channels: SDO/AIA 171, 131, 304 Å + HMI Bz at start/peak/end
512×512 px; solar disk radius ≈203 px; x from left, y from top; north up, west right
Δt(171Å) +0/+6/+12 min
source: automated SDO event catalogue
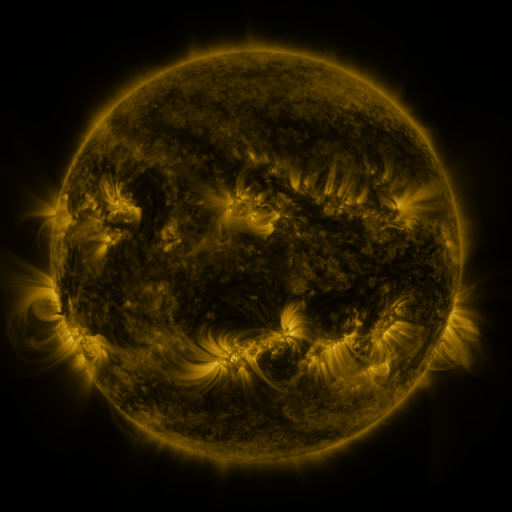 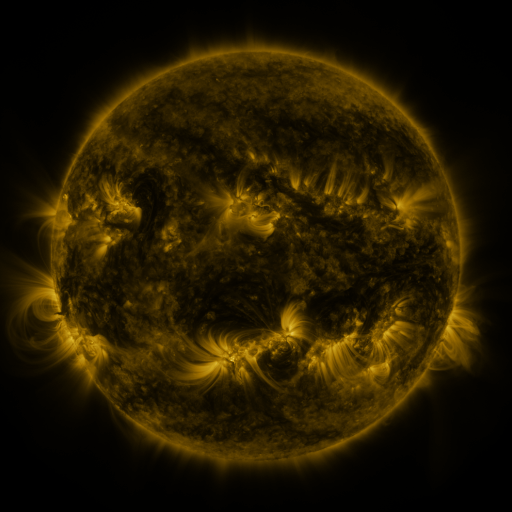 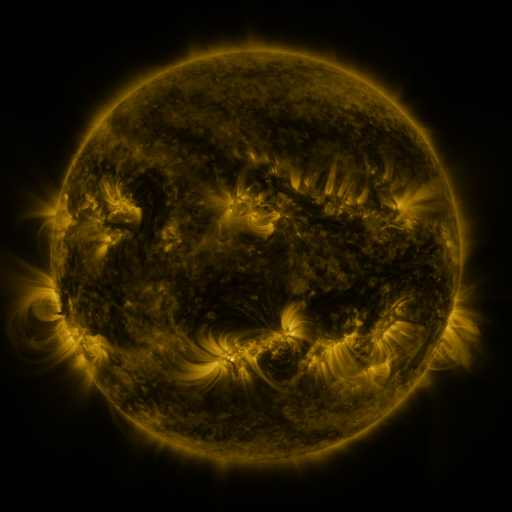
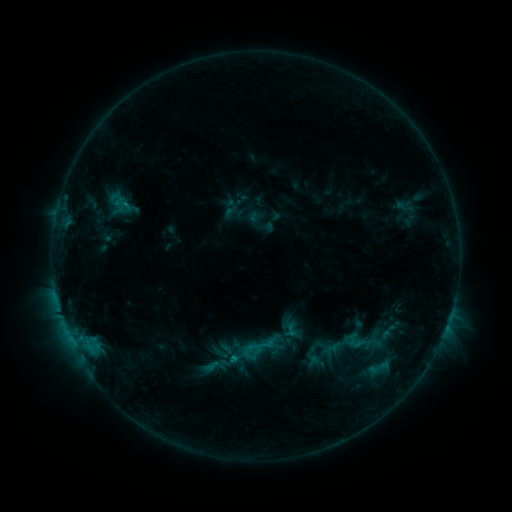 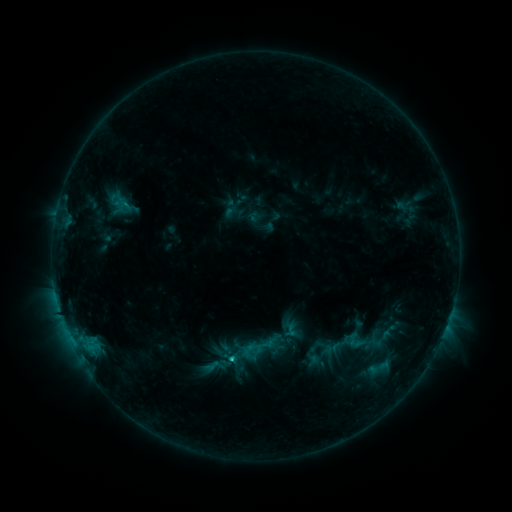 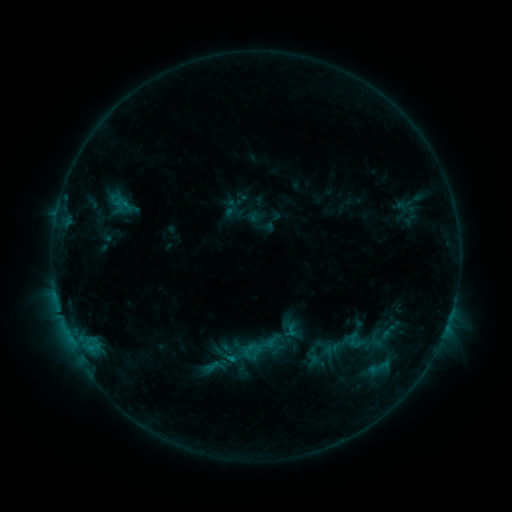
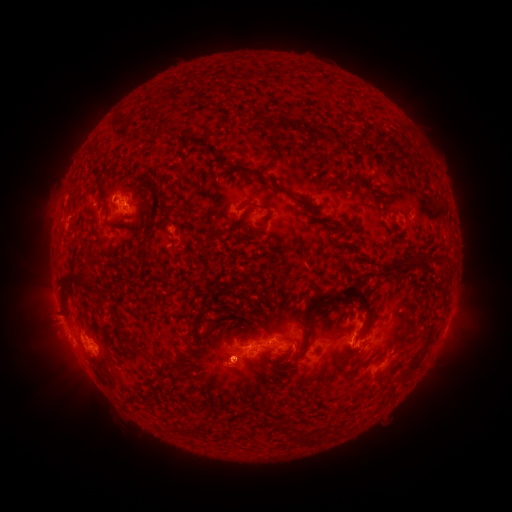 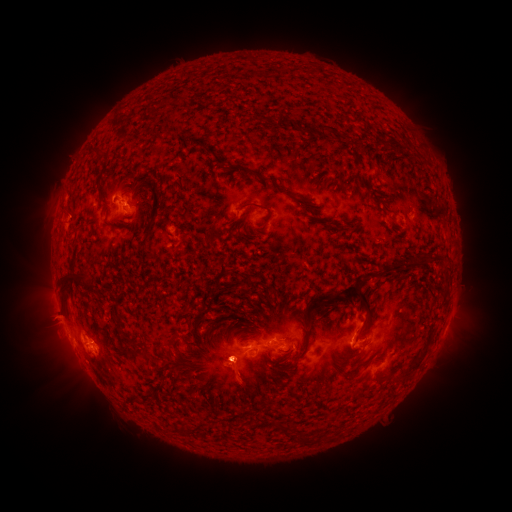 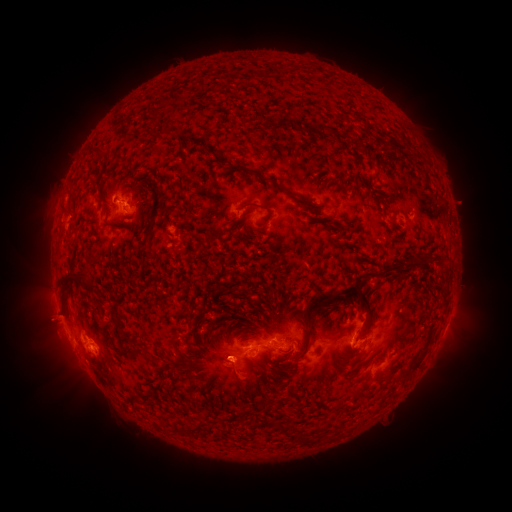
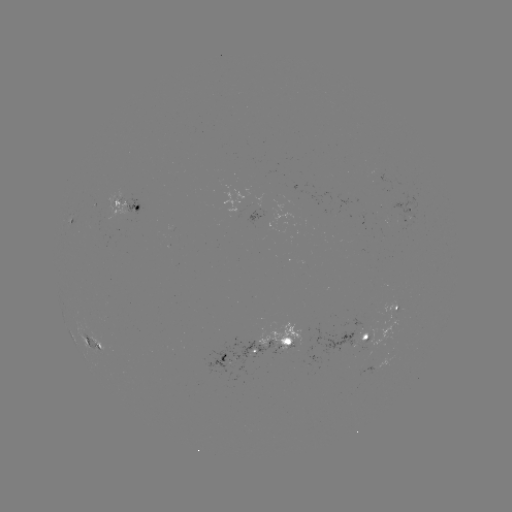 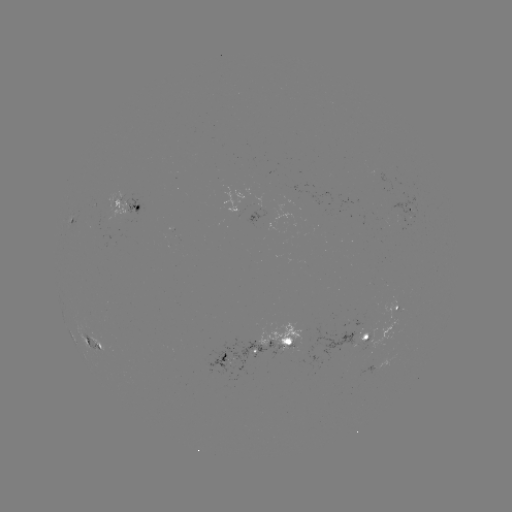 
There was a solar eruption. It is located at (245, 384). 